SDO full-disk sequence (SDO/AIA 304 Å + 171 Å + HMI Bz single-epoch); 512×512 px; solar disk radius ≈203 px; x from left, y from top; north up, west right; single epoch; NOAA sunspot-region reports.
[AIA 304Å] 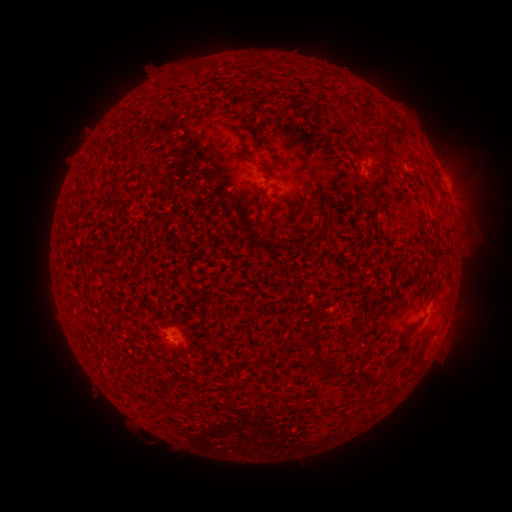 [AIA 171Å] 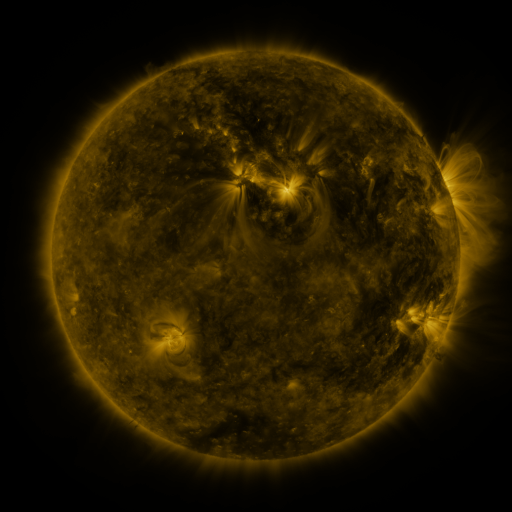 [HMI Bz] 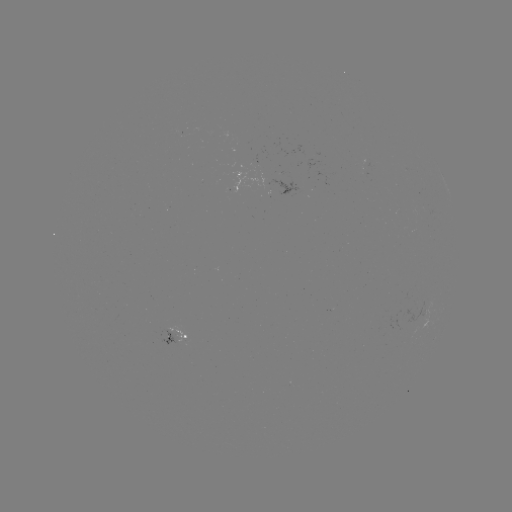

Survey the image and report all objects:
spotted active region: (367, 161)
spotted active region: (449, 193)
spotted active region: (177, 334)
